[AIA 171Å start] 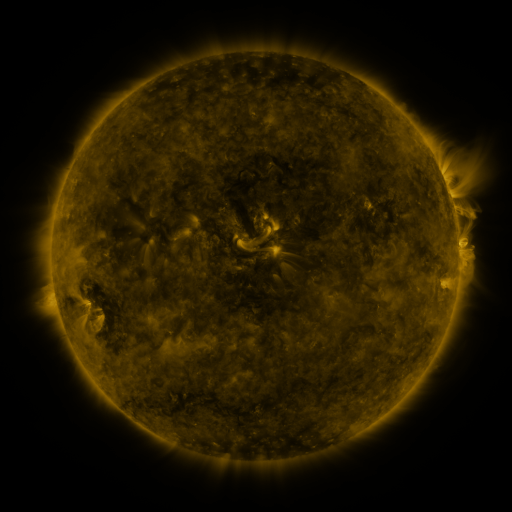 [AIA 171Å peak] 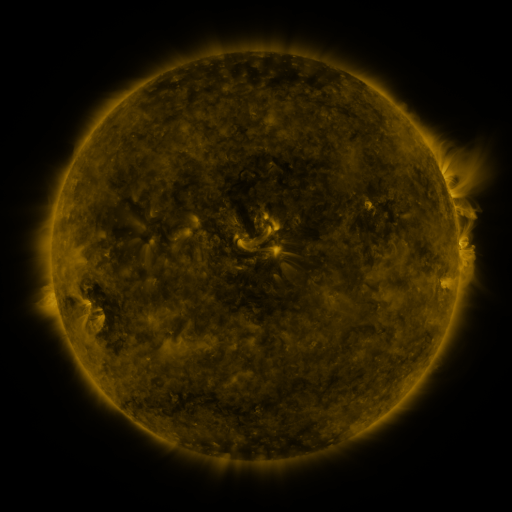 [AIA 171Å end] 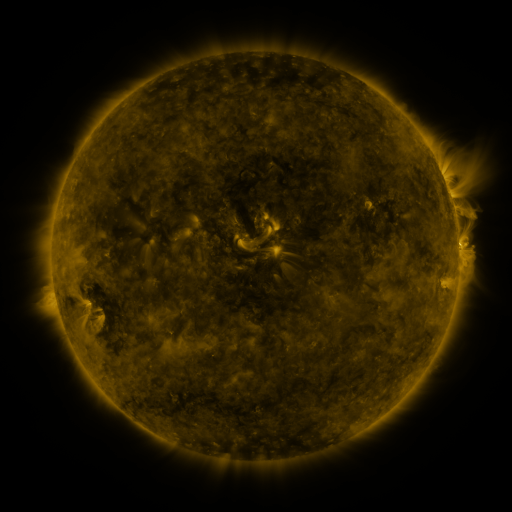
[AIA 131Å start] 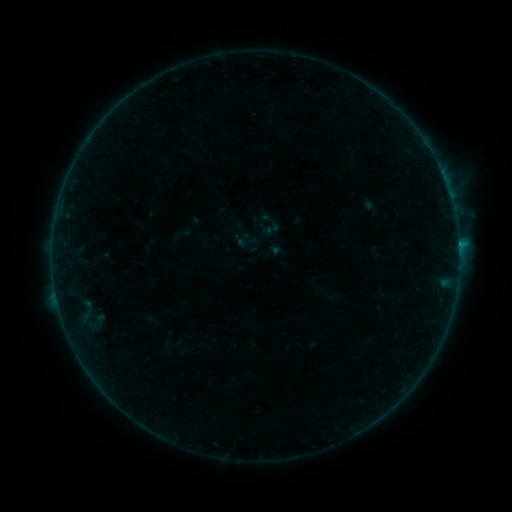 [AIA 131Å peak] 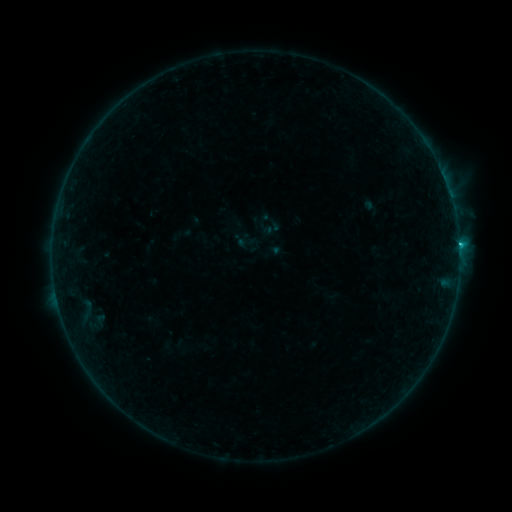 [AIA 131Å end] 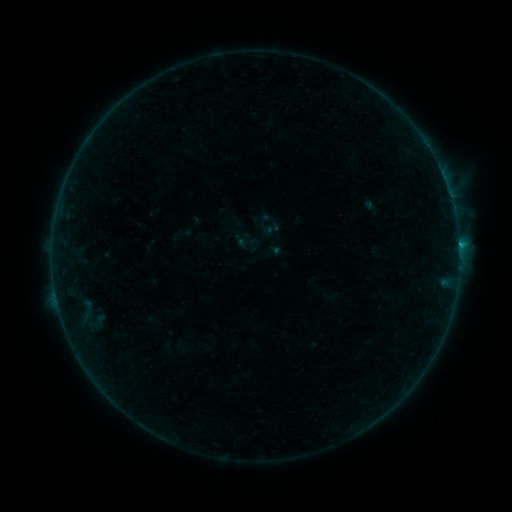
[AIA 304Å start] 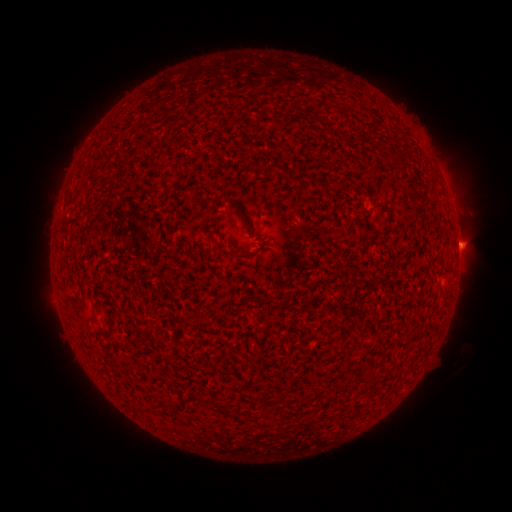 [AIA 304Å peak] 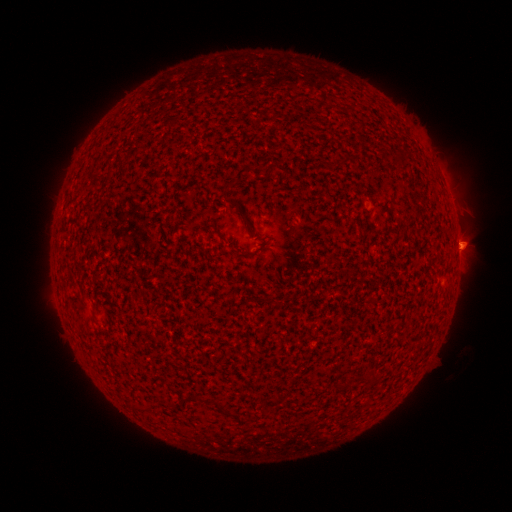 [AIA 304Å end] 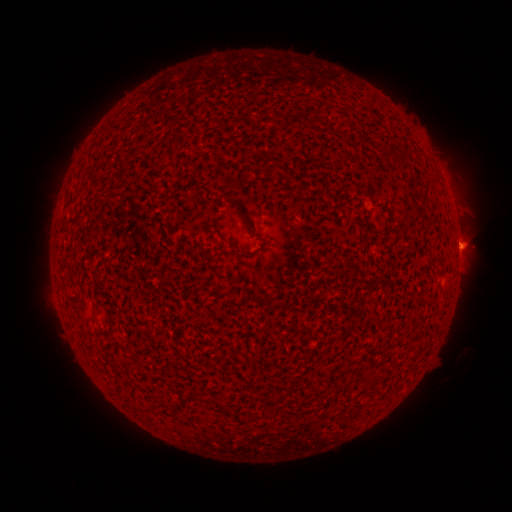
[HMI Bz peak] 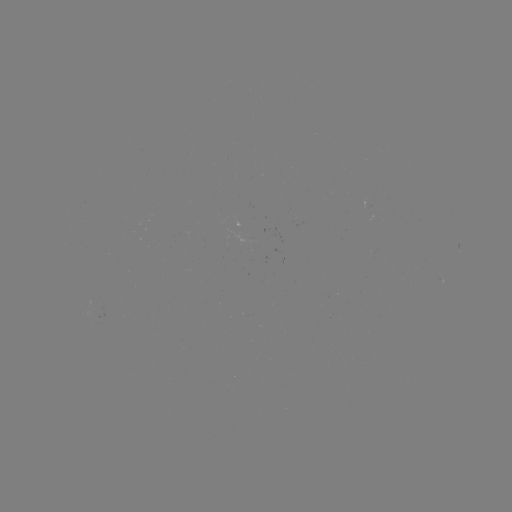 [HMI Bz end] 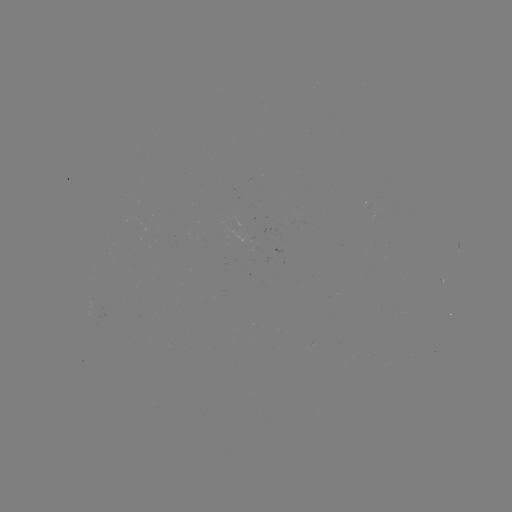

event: flare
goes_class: B9.2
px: (459, 249)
